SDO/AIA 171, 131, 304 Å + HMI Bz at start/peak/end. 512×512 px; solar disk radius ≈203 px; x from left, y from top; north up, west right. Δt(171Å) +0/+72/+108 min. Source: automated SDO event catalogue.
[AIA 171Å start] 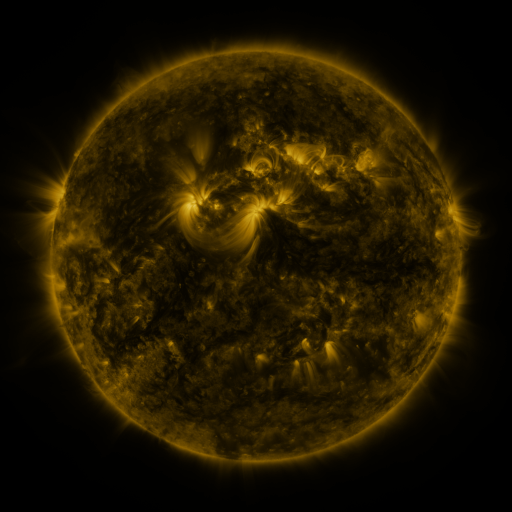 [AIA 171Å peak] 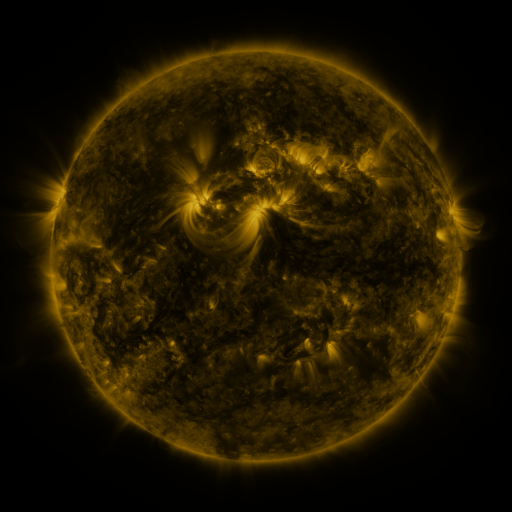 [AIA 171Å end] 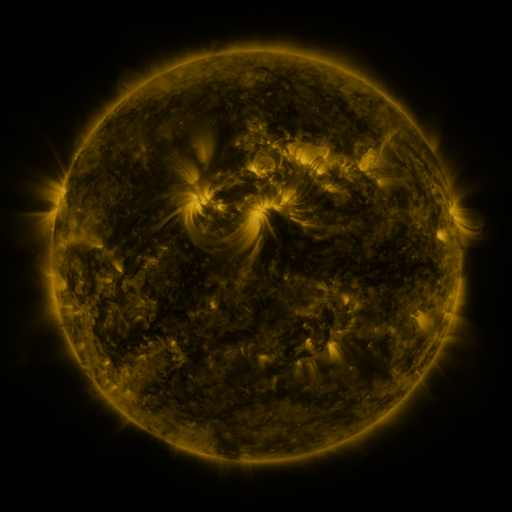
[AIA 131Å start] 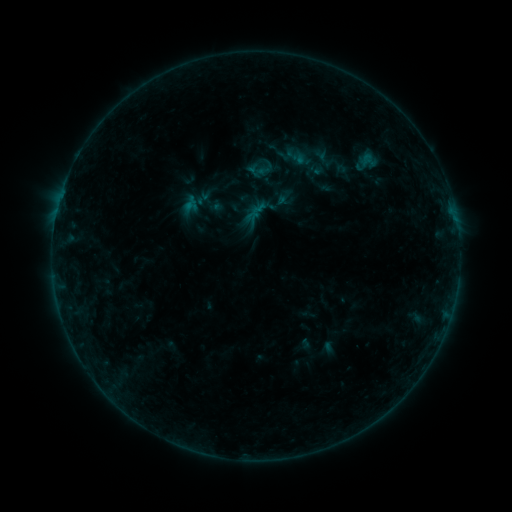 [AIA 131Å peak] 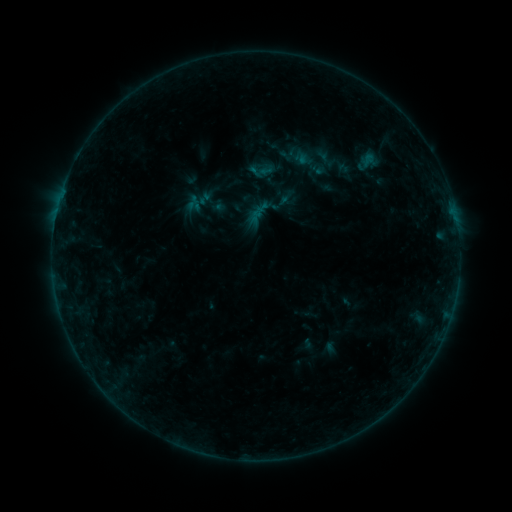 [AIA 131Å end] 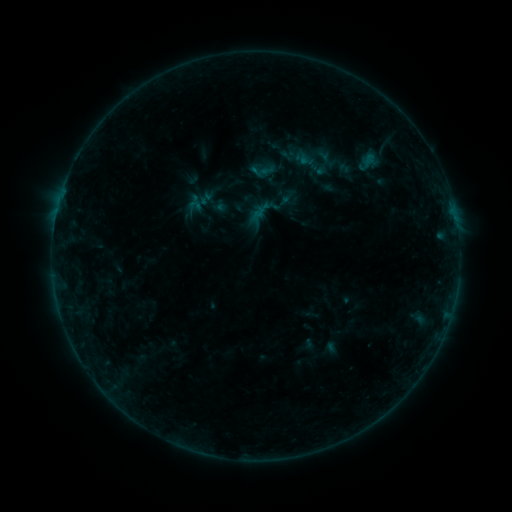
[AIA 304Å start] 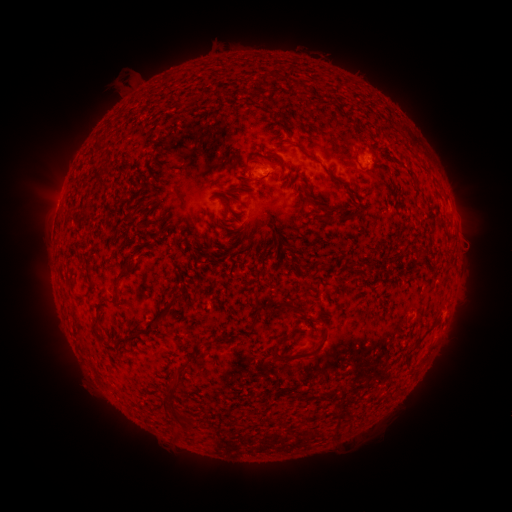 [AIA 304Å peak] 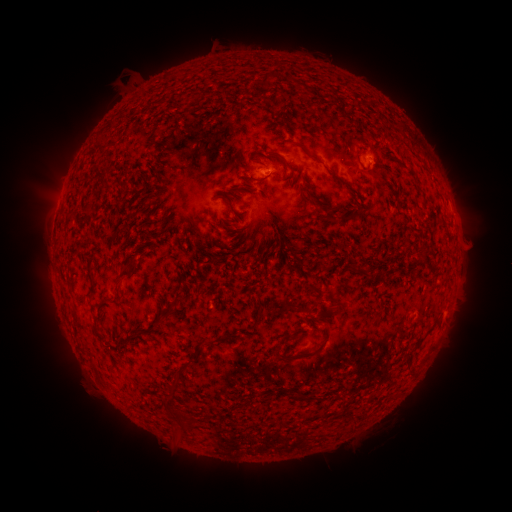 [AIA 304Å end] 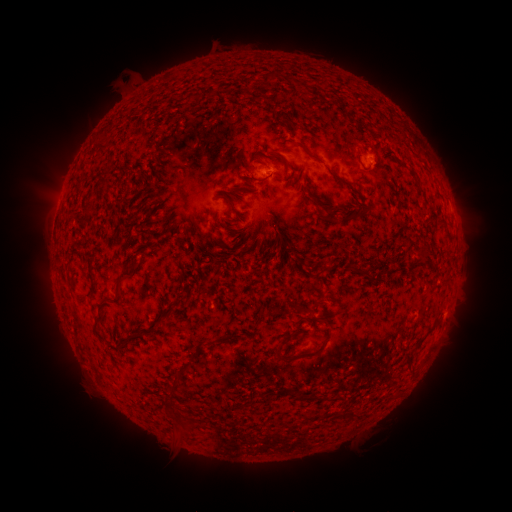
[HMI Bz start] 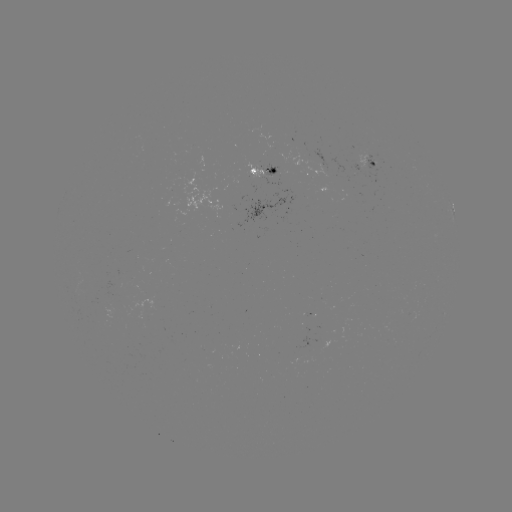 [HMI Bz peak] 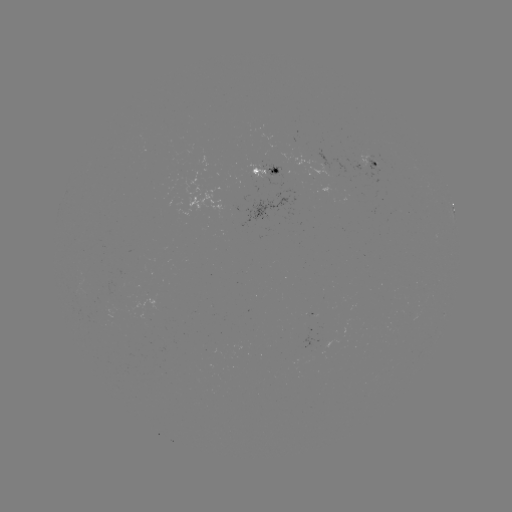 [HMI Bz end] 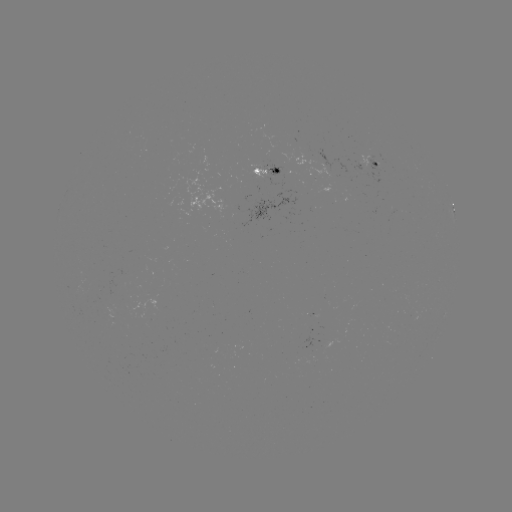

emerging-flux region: <bbox>354, 154, 373, 179</bbox>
